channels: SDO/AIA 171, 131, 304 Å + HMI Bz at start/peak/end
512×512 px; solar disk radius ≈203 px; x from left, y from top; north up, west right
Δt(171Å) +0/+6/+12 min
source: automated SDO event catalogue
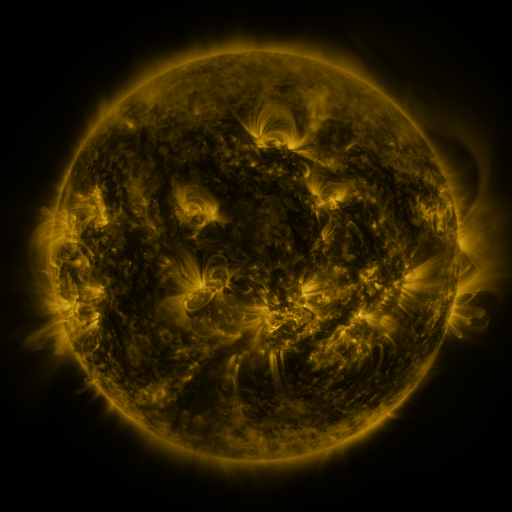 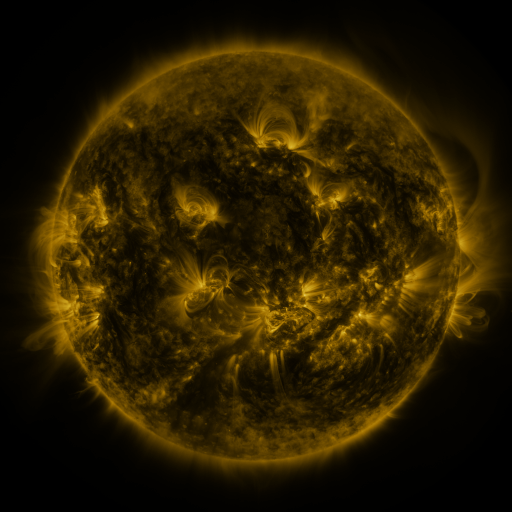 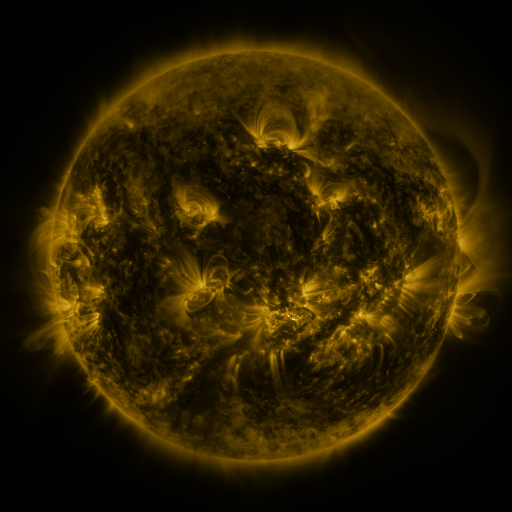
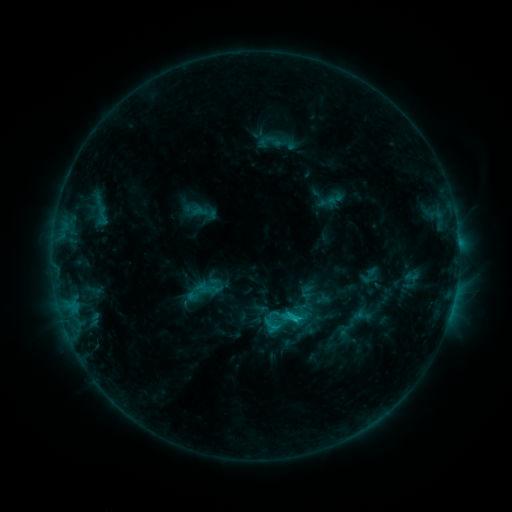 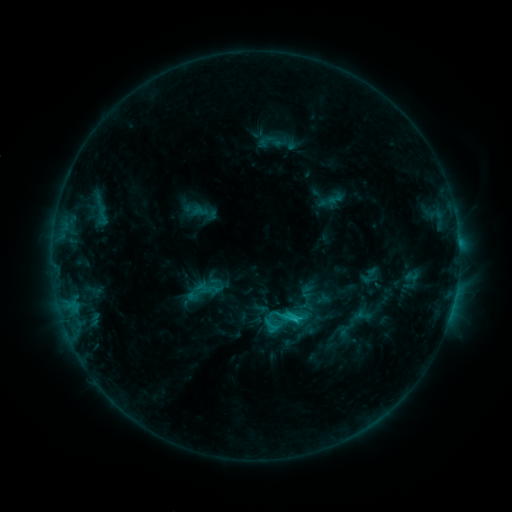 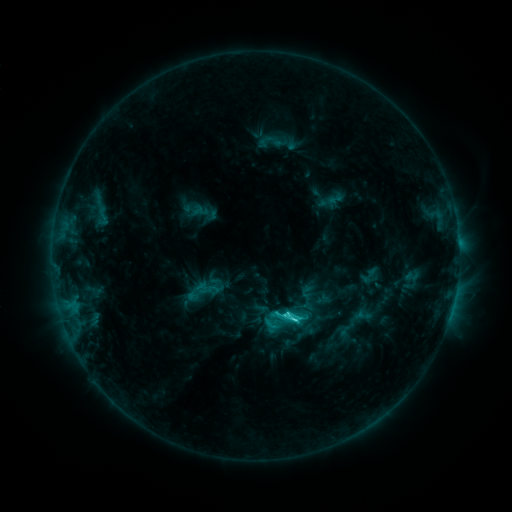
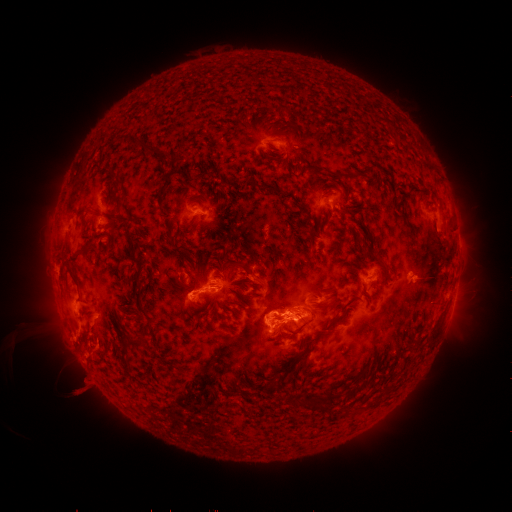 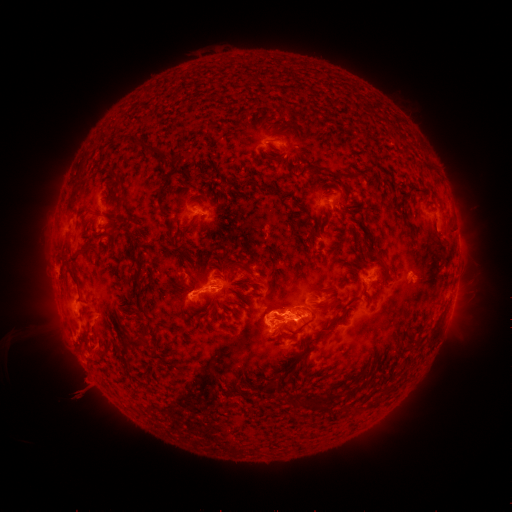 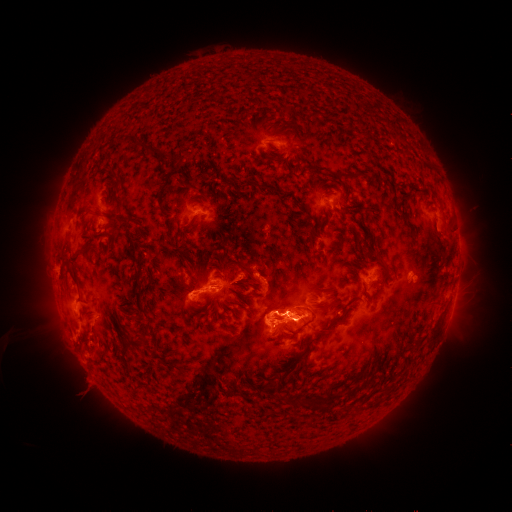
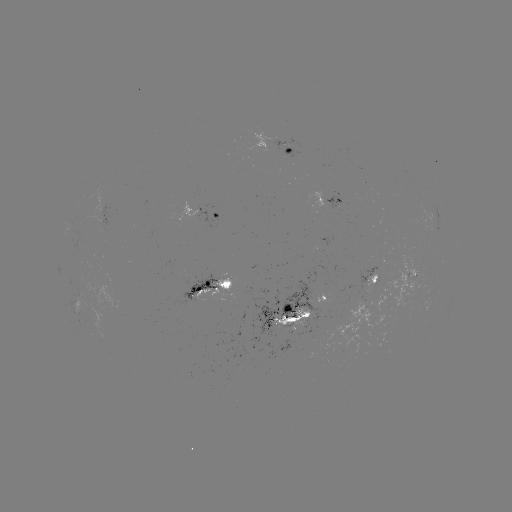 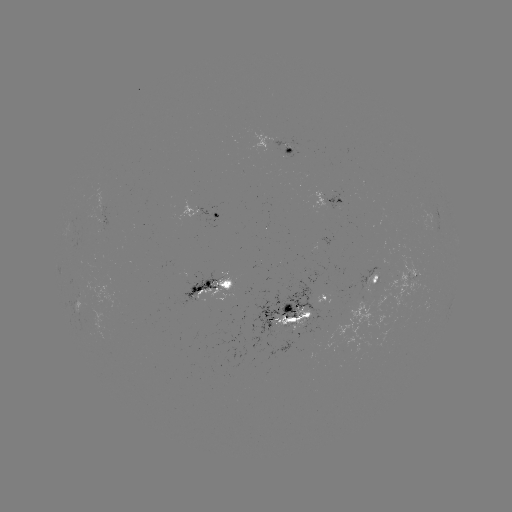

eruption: <bbox>71, 378, 96, 404</bbox>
